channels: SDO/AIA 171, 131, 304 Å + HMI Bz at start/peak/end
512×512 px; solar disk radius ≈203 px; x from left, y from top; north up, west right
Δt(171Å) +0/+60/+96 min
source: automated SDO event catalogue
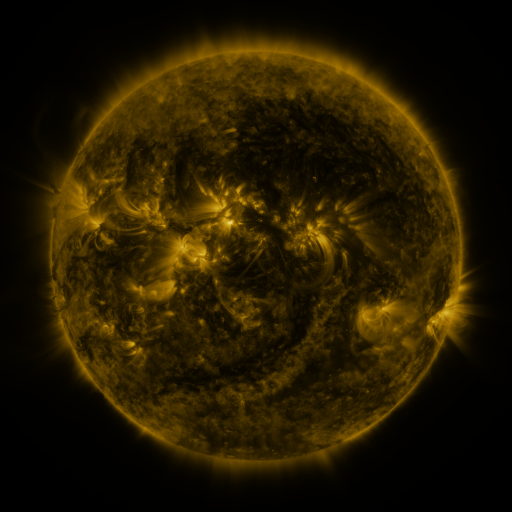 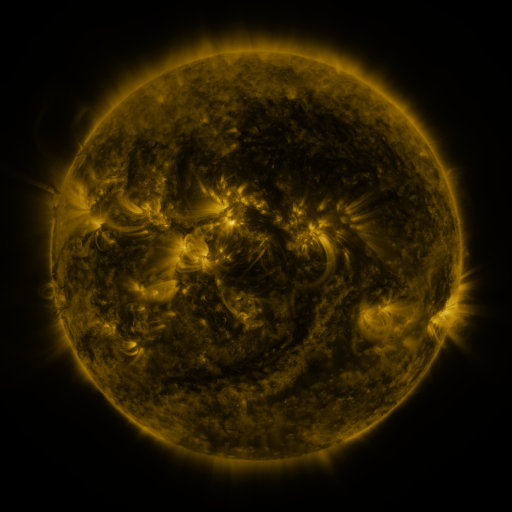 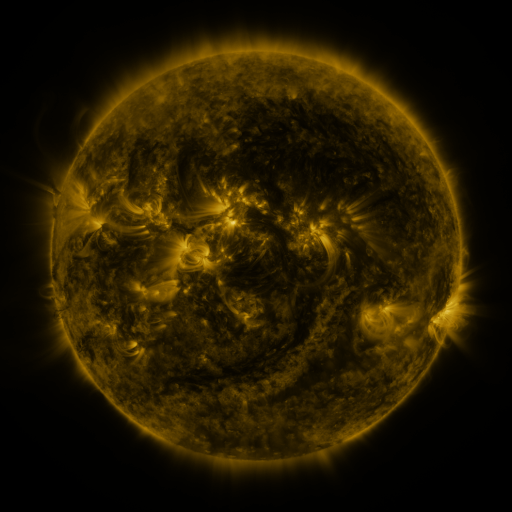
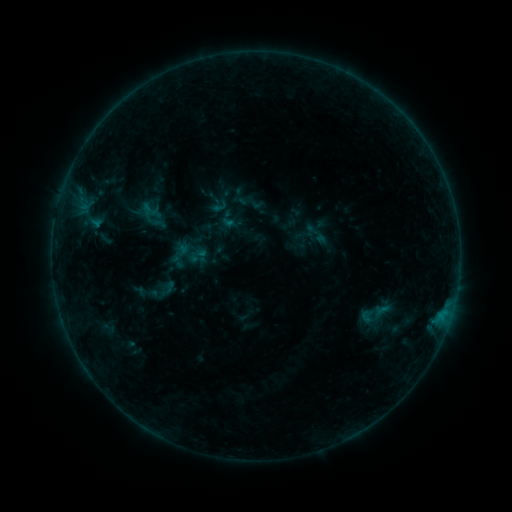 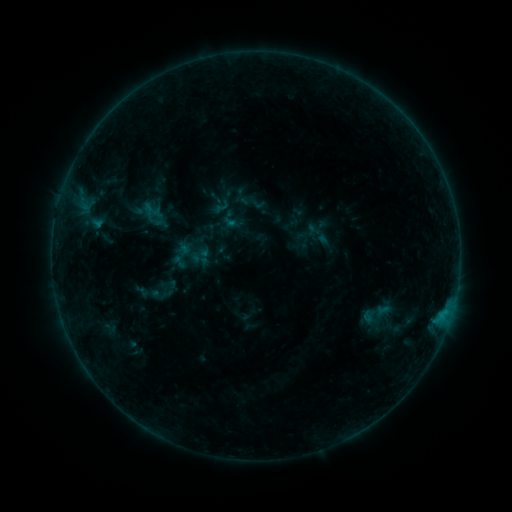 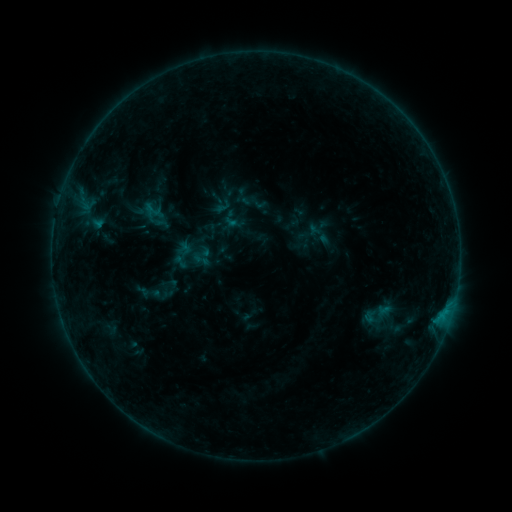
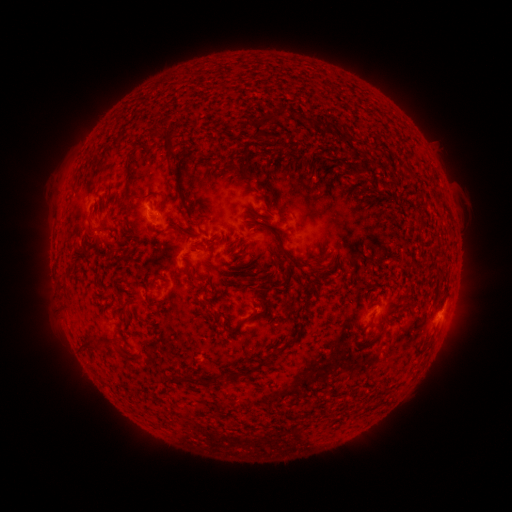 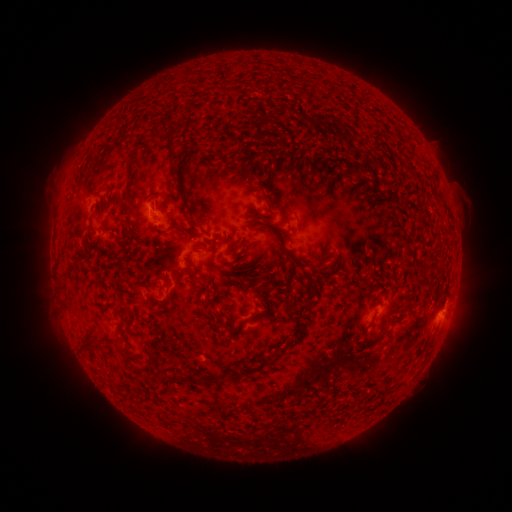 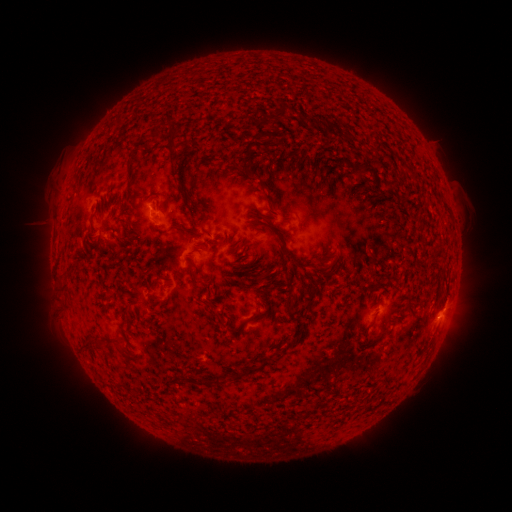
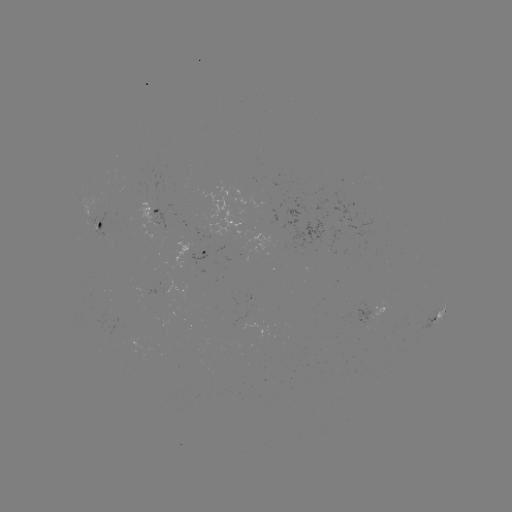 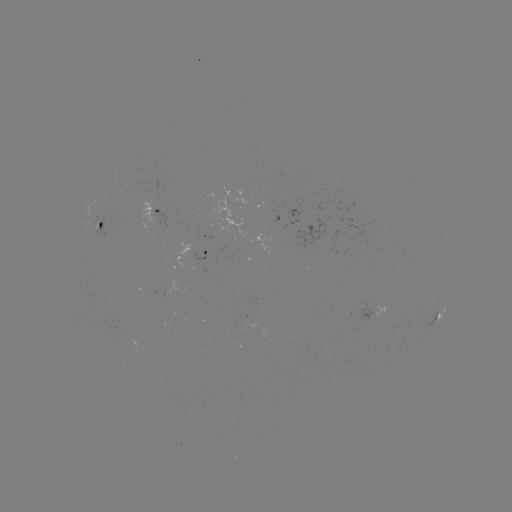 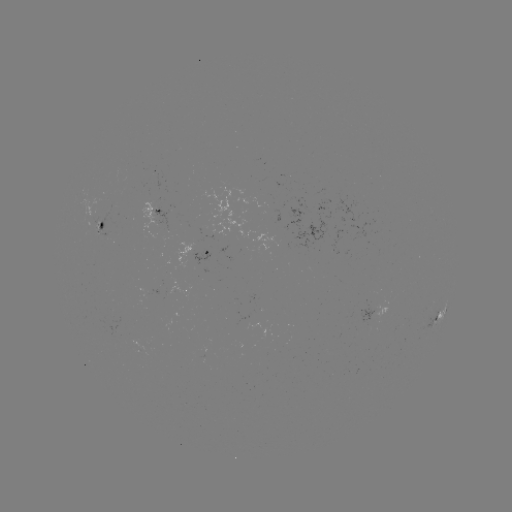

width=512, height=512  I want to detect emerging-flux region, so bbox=[162, 276, 190, 297].